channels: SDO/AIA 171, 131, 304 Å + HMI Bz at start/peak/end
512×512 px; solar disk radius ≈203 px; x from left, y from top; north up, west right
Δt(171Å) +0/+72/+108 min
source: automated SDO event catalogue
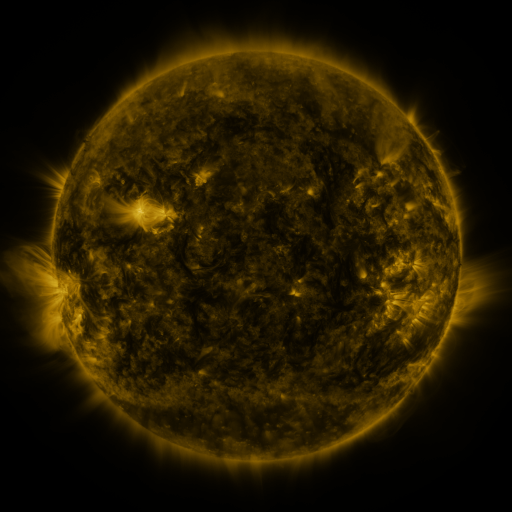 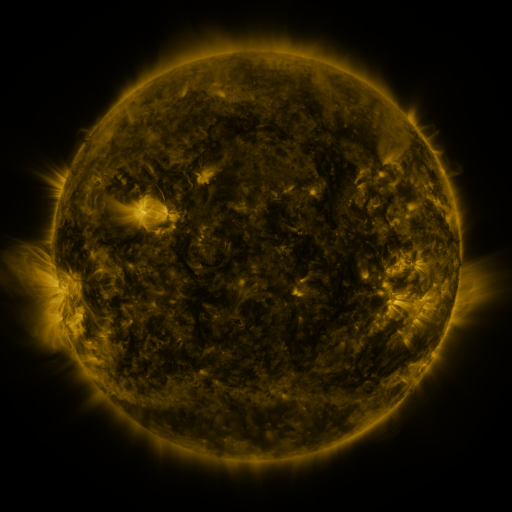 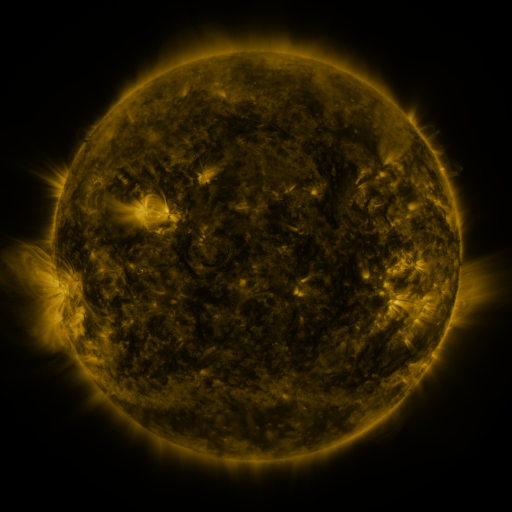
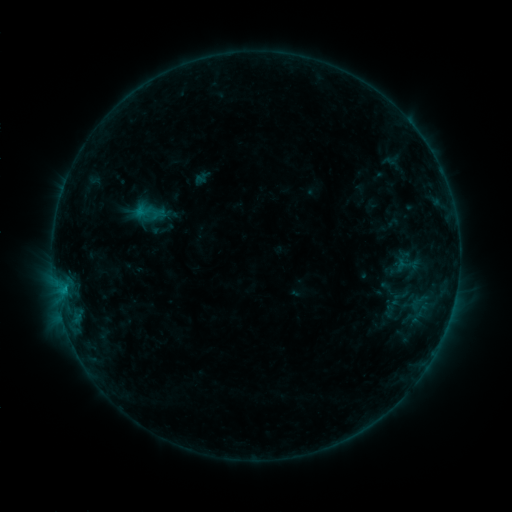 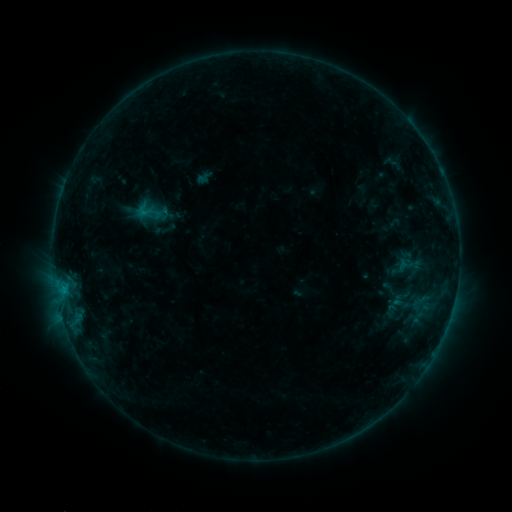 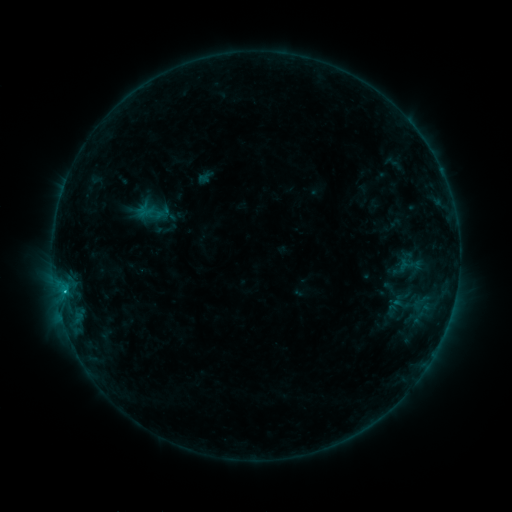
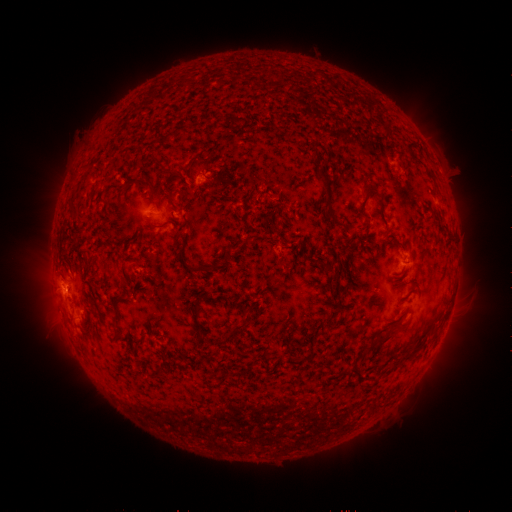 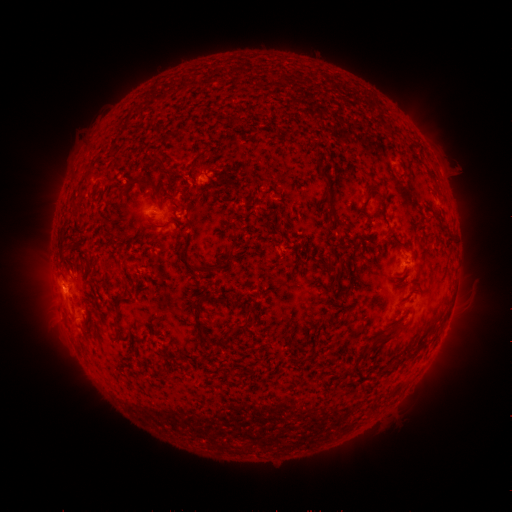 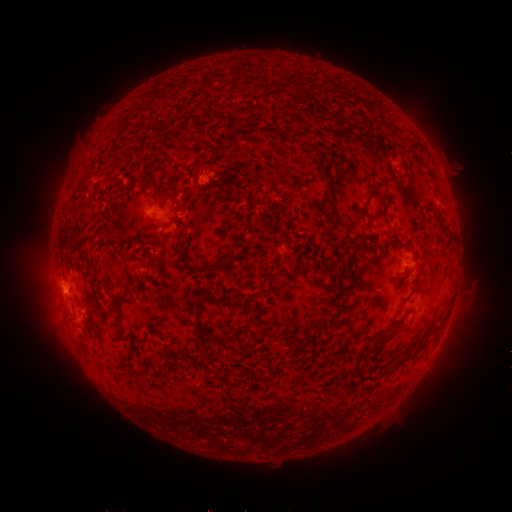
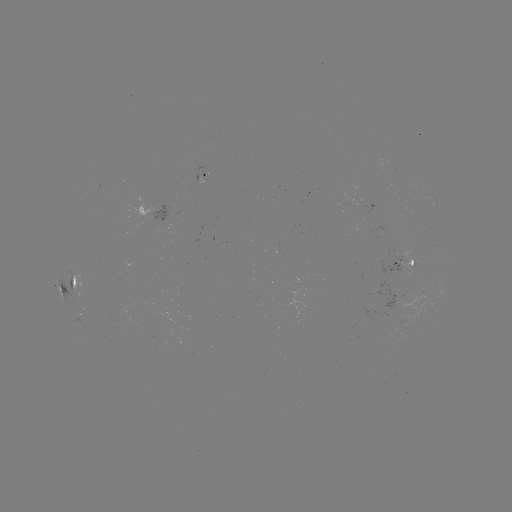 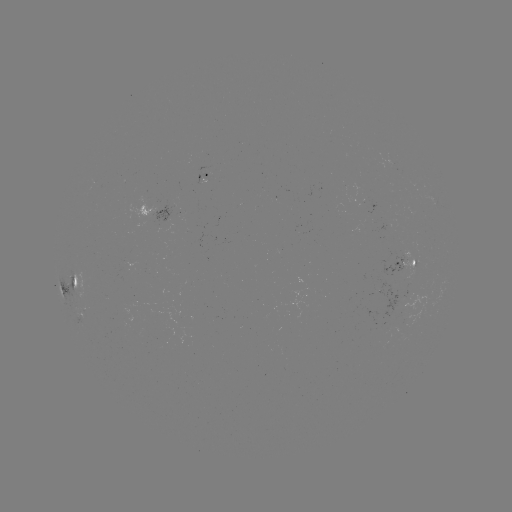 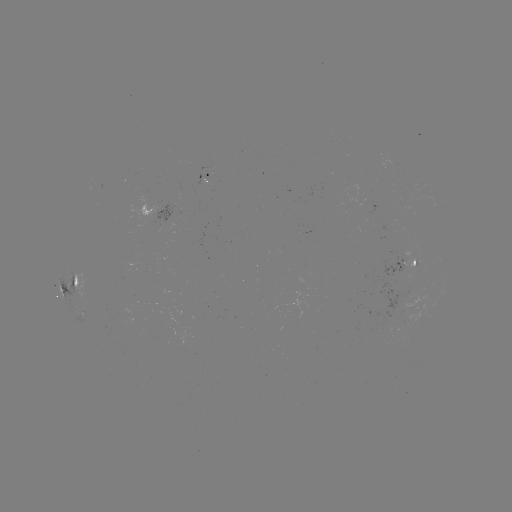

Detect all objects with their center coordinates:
emerging-flux region: (153, 219)
